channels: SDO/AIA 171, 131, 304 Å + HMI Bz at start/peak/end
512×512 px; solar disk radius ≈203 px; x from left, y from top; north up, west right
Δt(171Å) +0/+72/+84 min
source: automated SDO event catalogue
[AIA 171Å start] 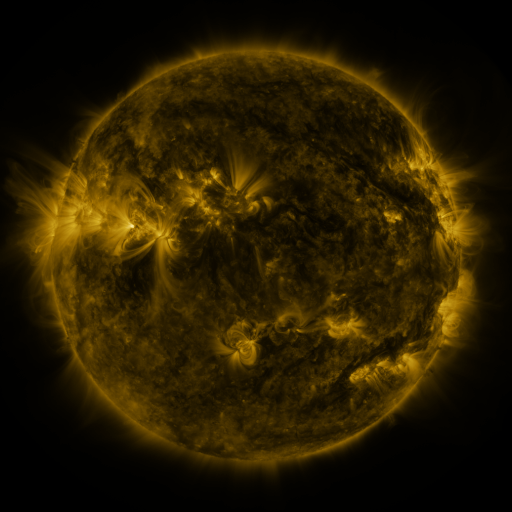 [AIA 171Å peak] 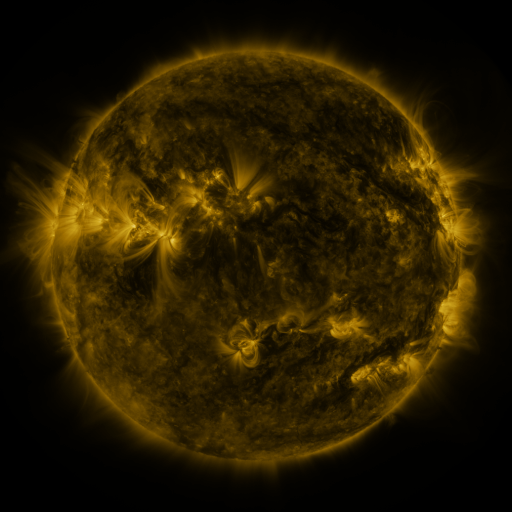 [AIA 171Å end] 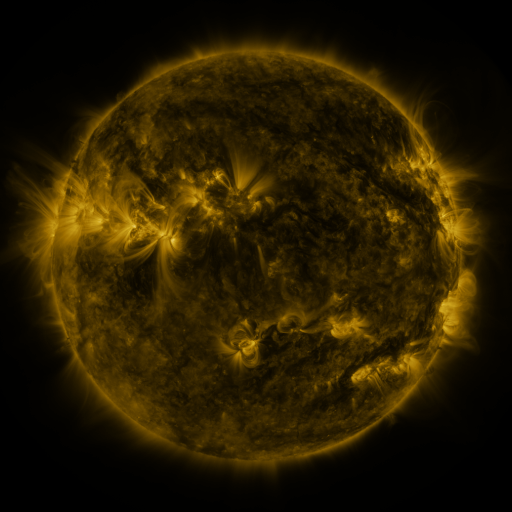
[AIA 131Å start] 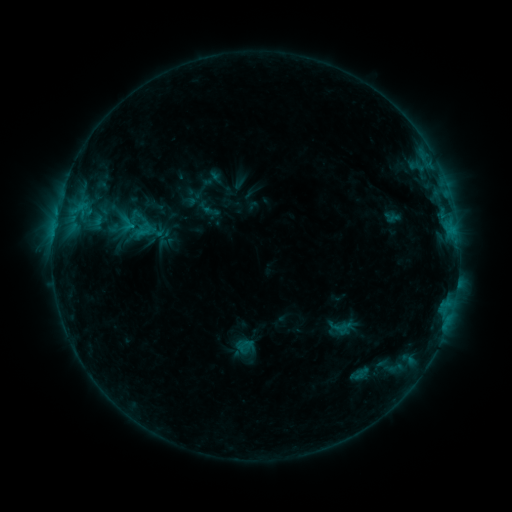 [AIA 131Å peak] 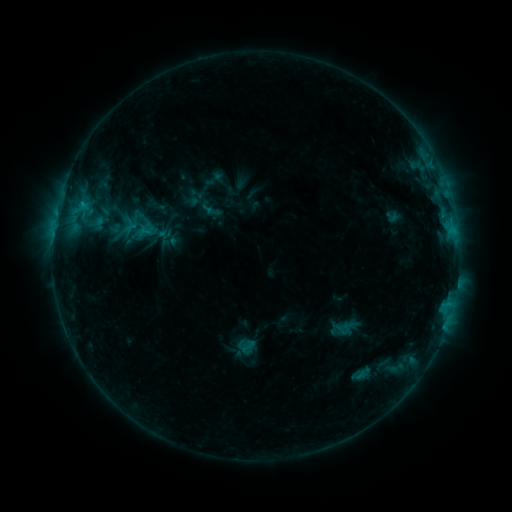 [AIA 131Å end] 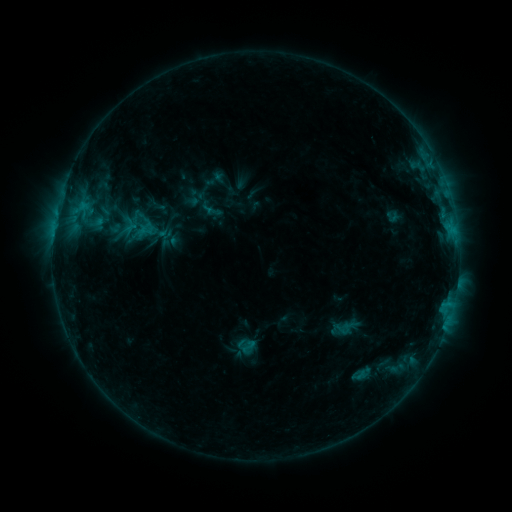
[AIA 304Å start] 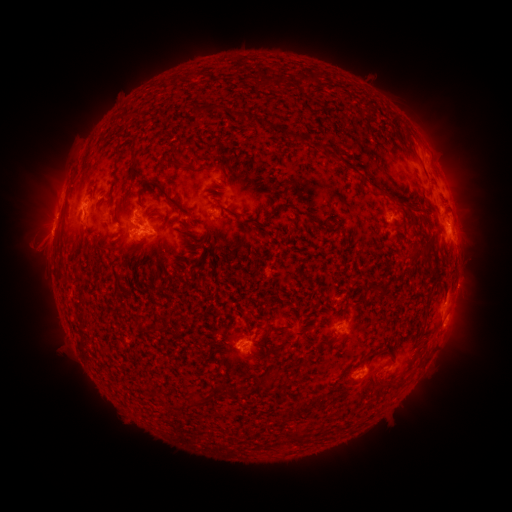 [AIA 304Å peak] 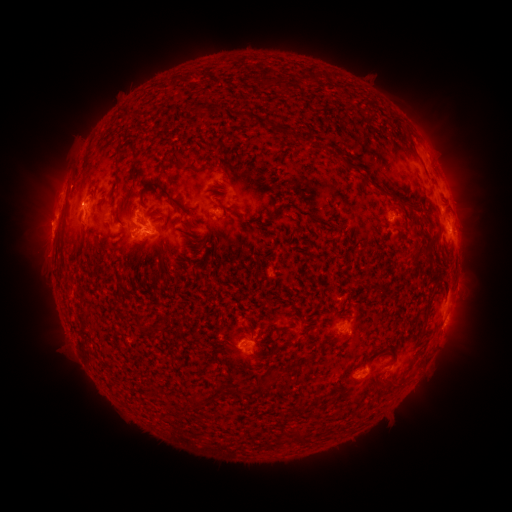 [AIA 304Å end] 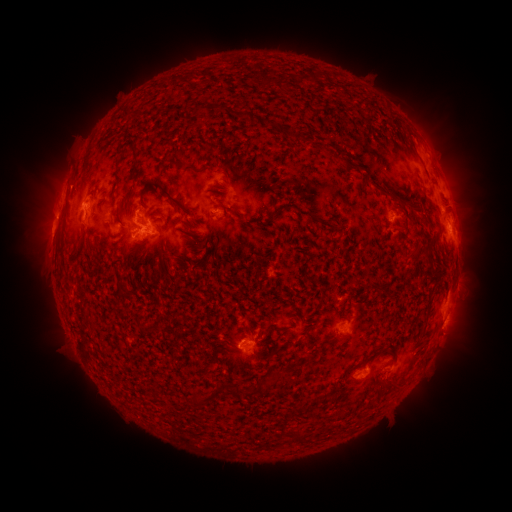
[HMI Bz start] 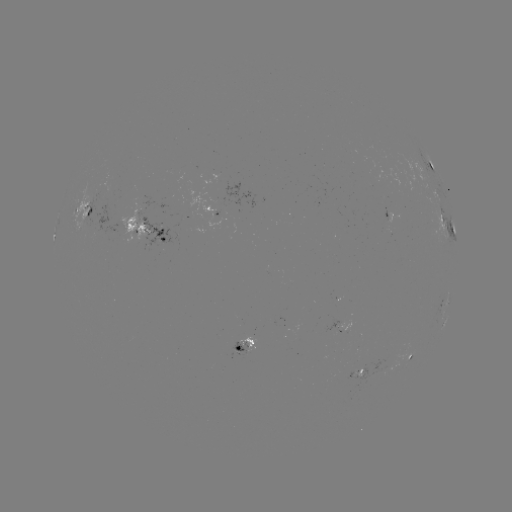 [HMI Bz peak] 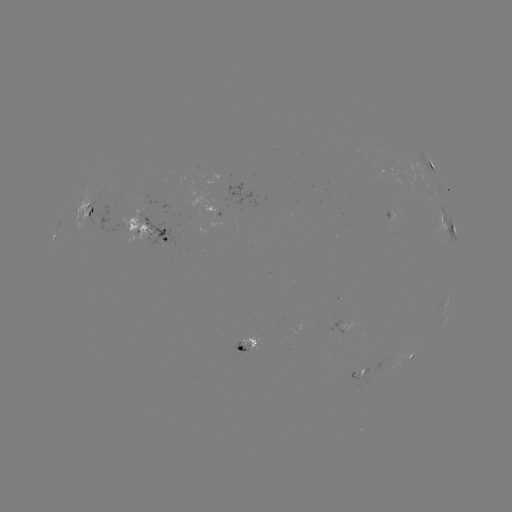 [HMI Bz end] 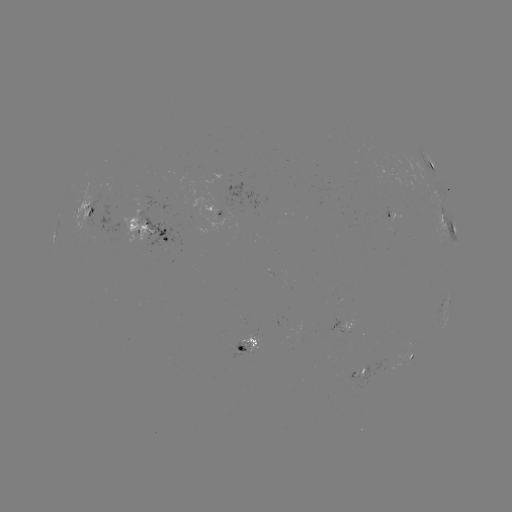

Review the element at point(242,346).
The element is emerging-flux region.